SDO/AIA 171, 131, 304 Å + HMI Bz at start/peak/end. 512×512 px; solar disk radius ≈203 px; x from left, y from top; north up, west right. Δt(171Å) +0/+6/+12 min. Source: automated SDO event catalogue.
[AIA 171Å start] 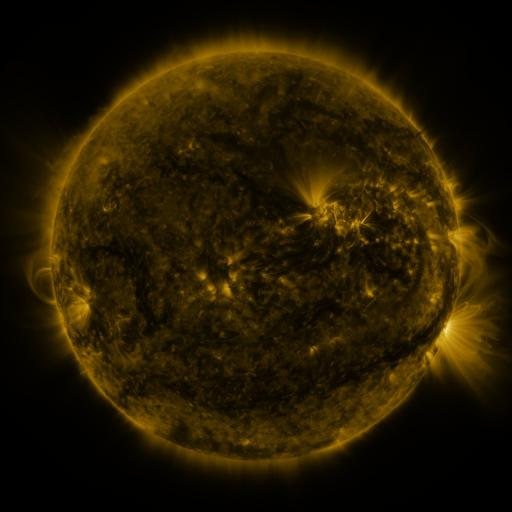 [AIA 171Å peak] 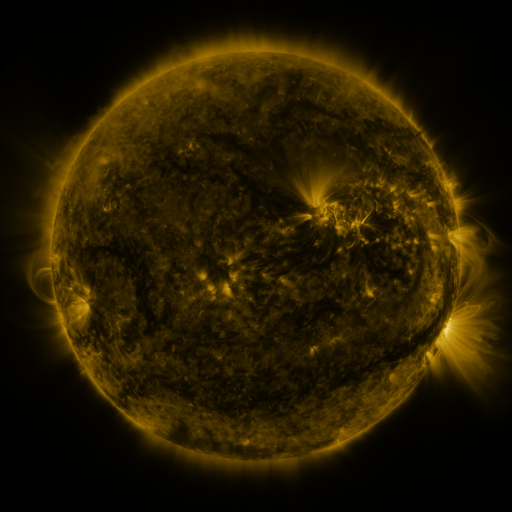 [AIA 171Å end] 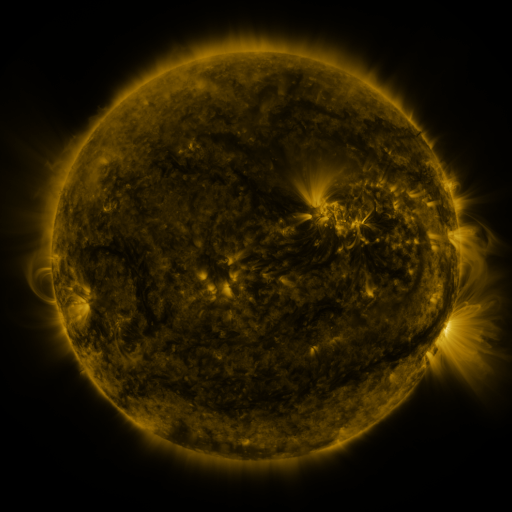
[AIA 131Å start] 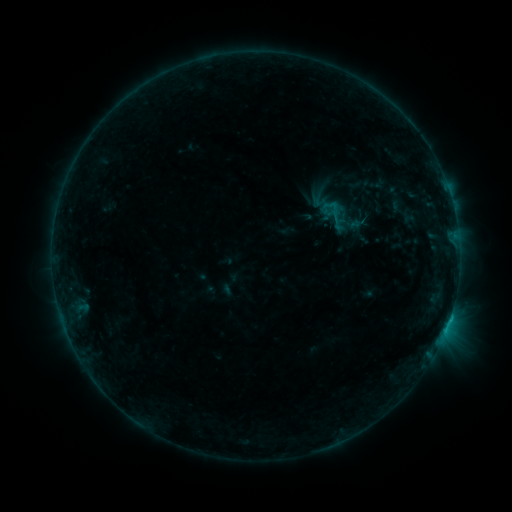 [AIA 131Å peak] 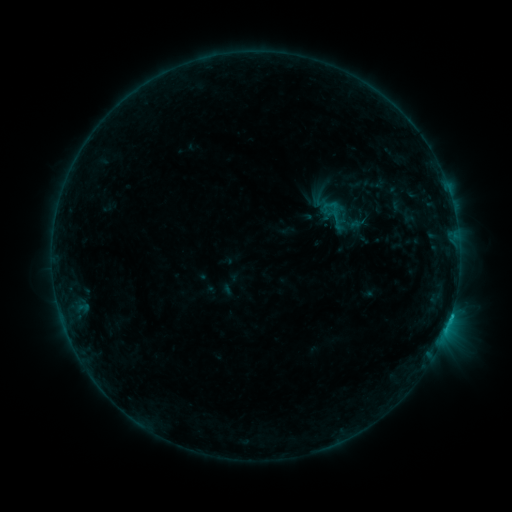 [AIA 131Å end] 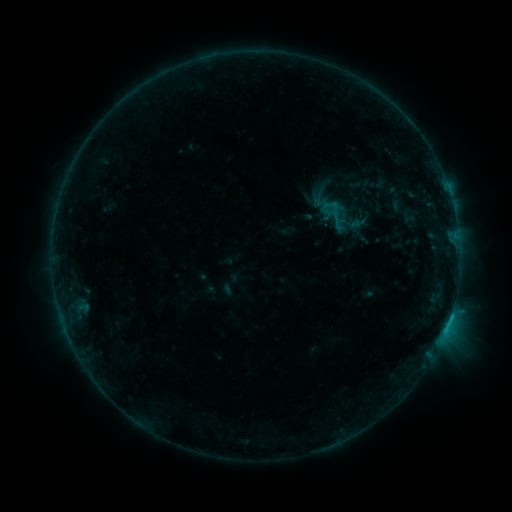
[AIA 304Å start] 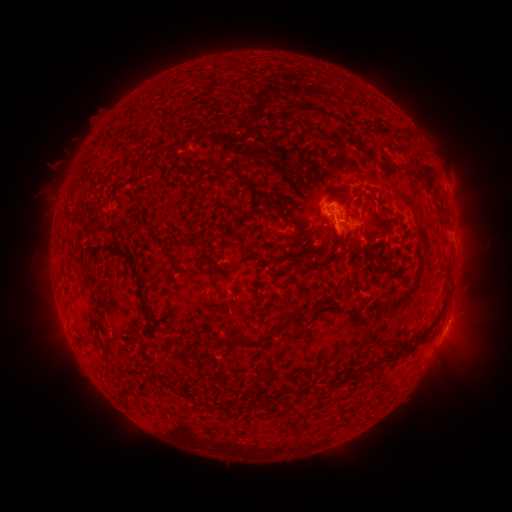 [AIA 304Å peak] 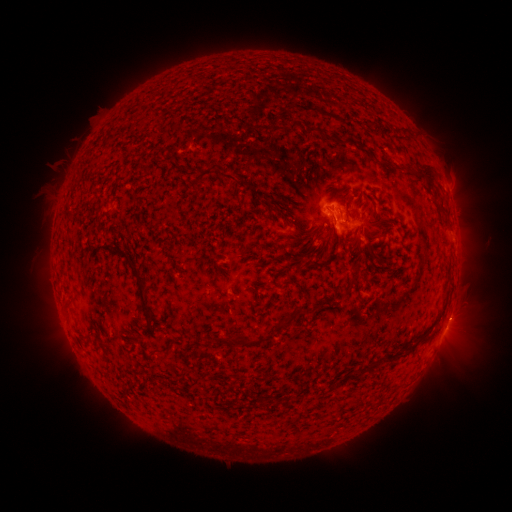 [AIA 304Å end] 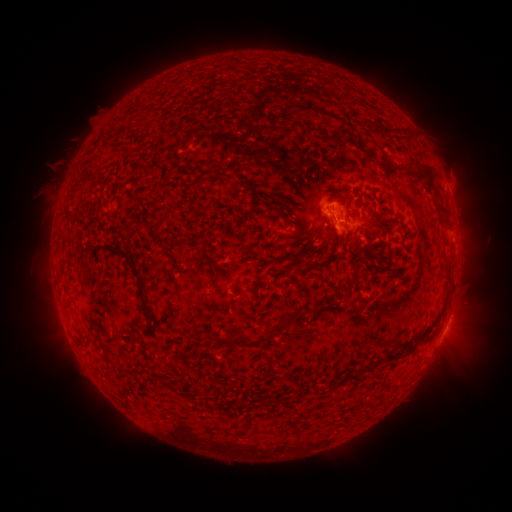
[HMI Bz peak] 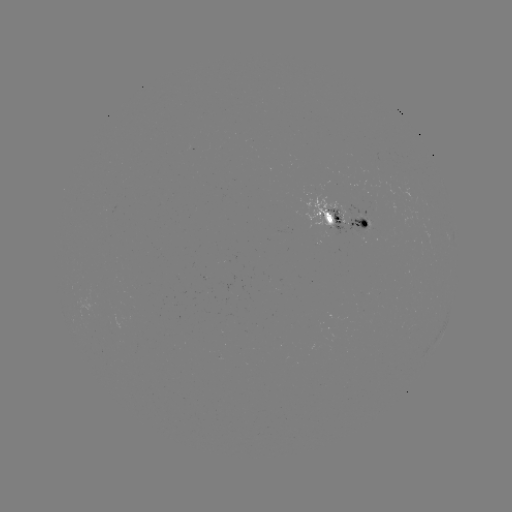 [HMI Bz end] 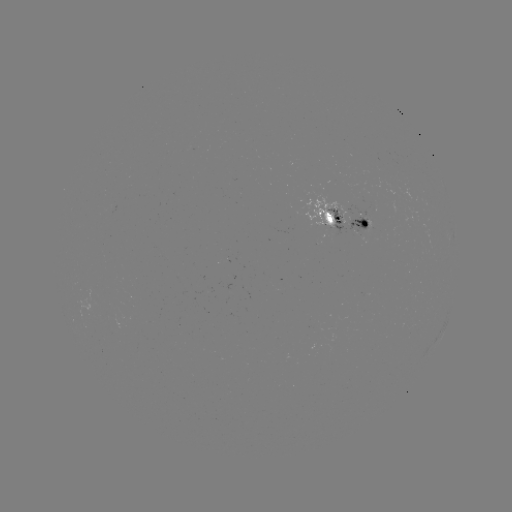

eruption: <bbox>430, 291, 484, 343</bbox>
